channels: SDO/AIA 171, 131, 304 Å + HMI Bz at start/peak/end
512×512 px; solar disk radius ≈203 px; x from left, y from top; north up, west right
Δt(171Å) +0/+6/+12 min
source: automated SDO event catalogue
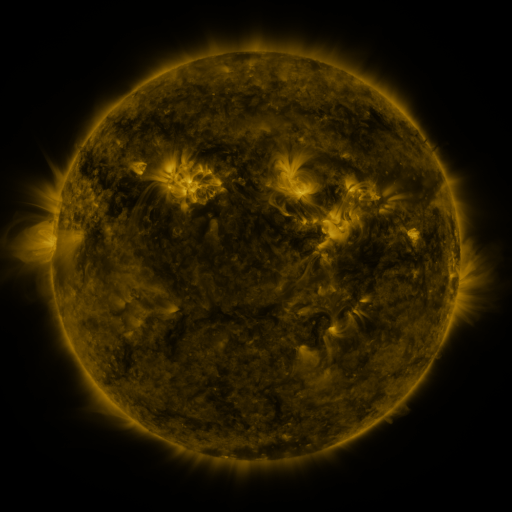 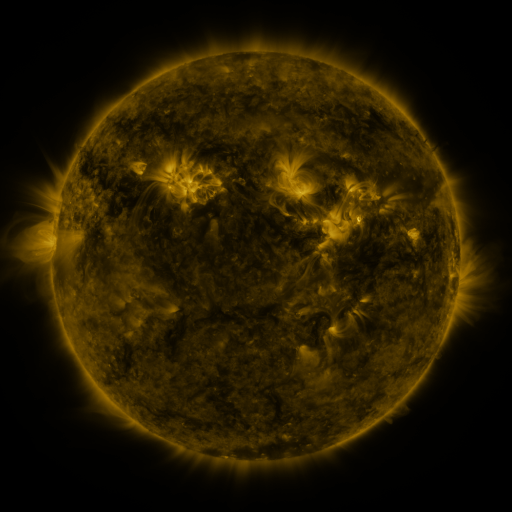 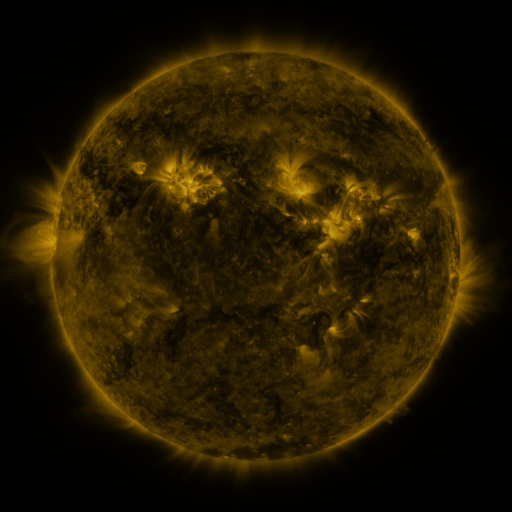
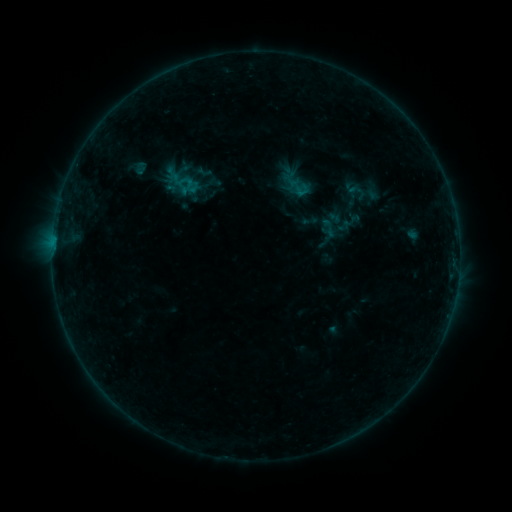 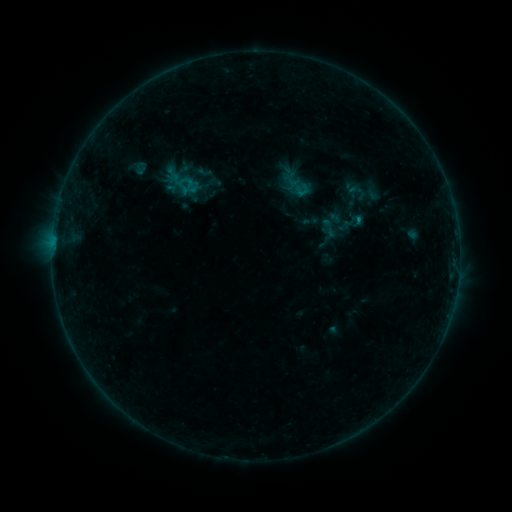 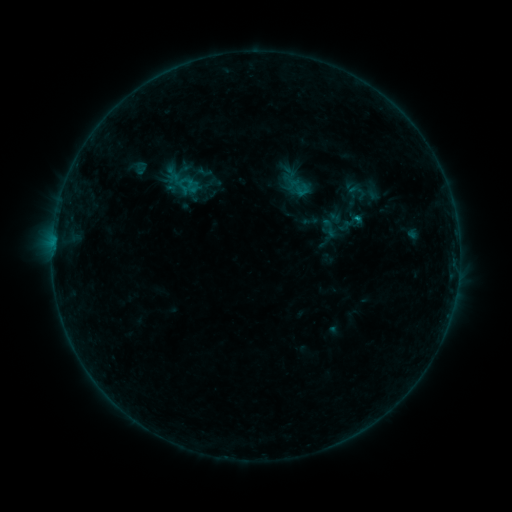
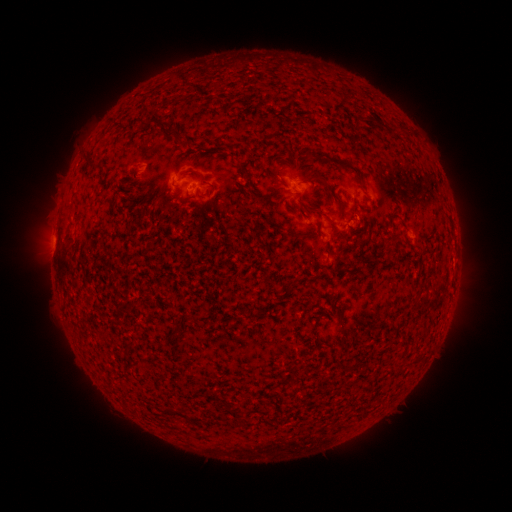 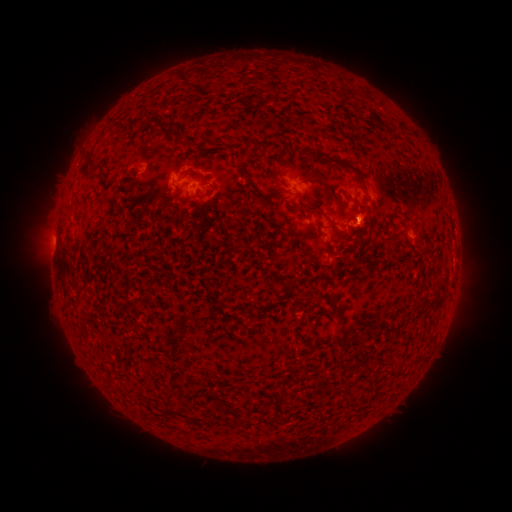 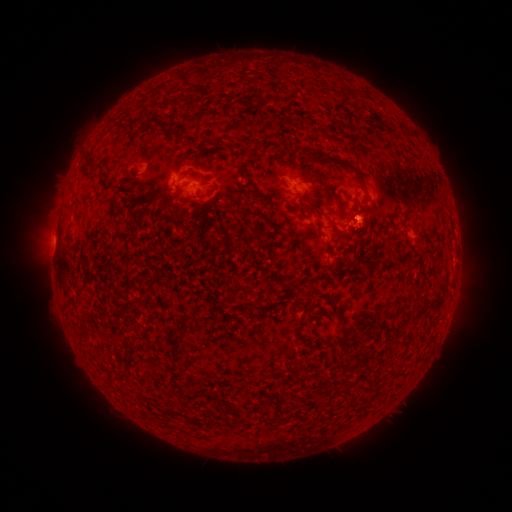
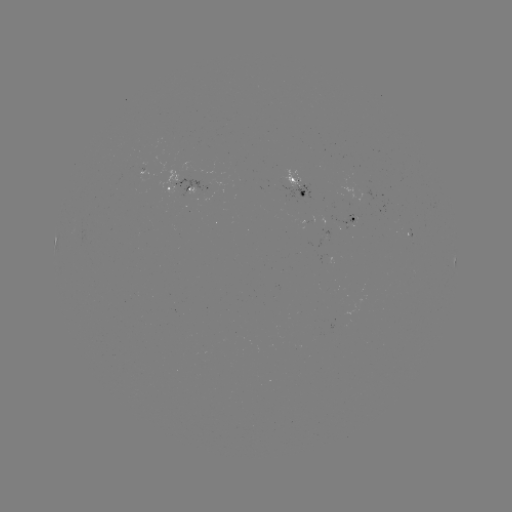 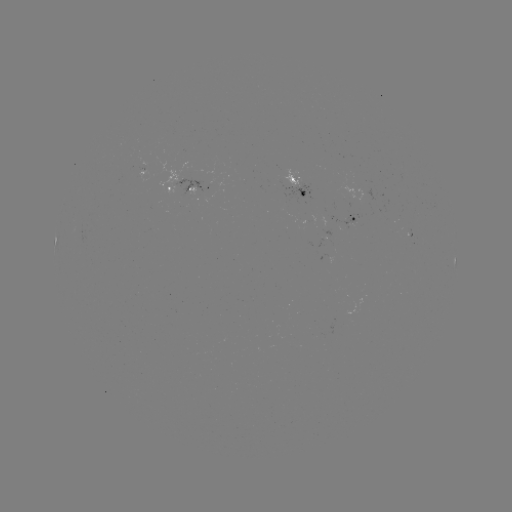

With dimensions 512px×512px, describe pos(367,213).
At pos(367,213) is eruption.